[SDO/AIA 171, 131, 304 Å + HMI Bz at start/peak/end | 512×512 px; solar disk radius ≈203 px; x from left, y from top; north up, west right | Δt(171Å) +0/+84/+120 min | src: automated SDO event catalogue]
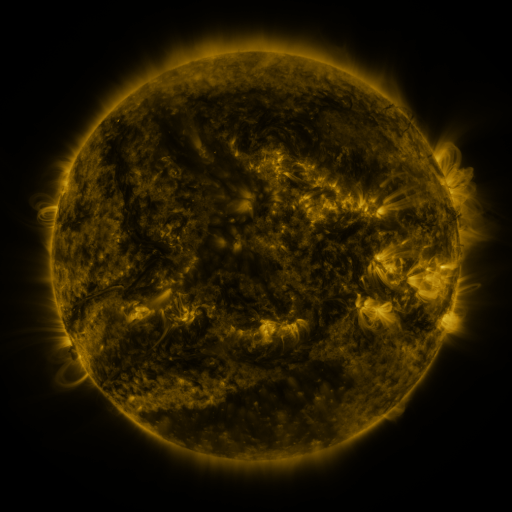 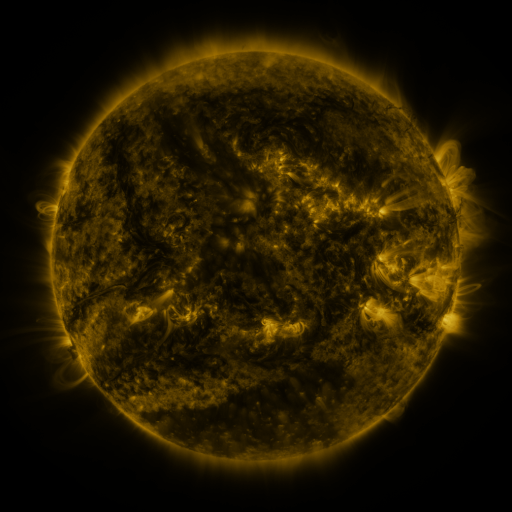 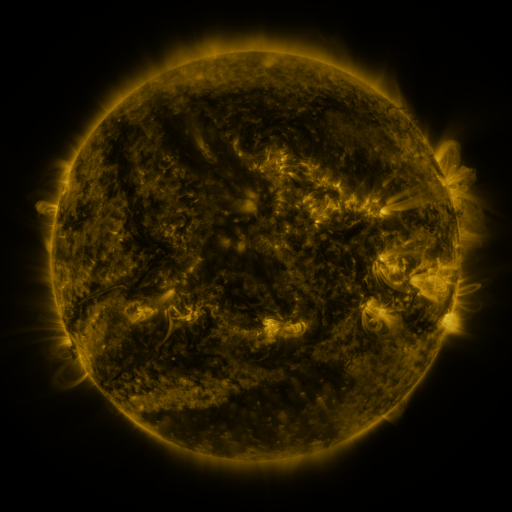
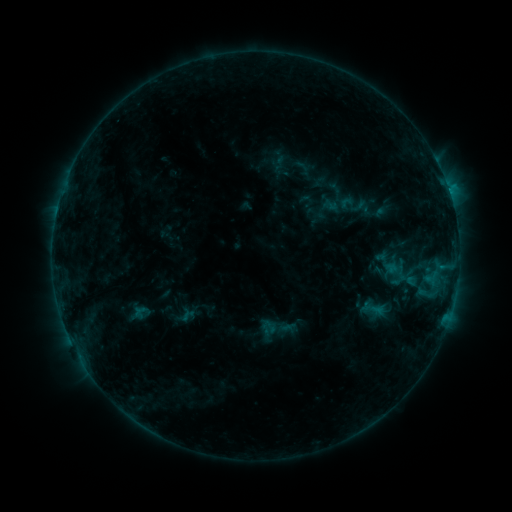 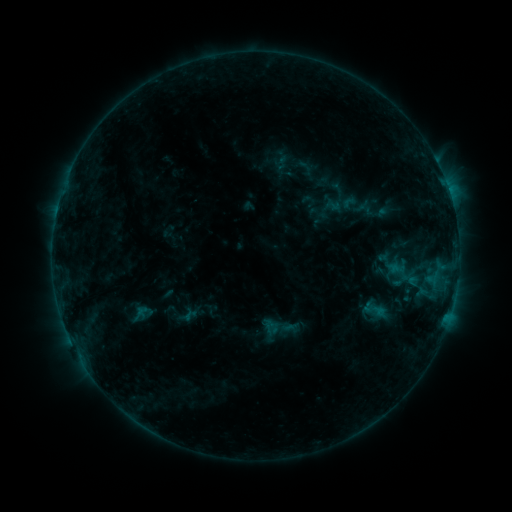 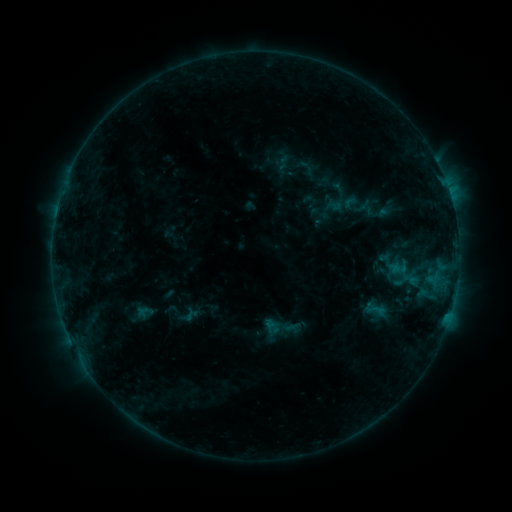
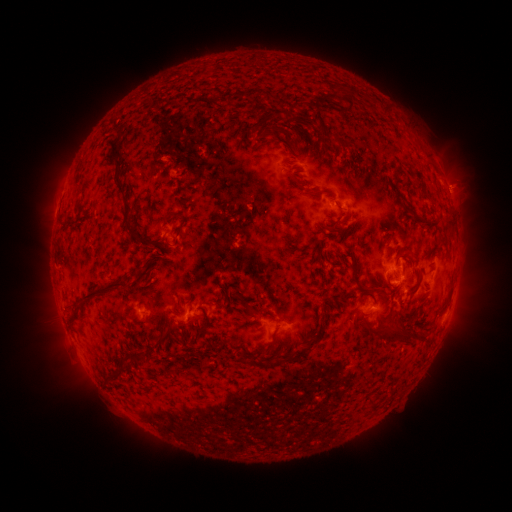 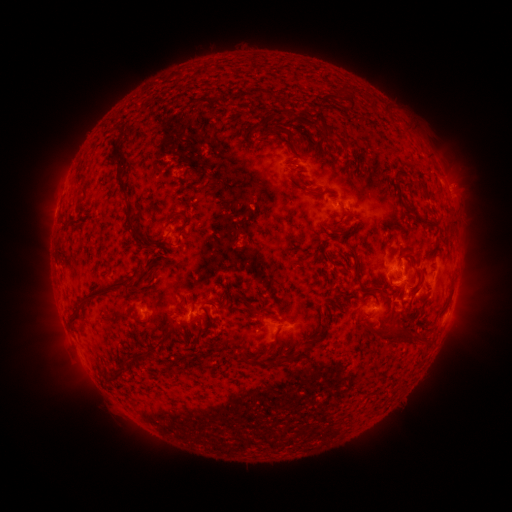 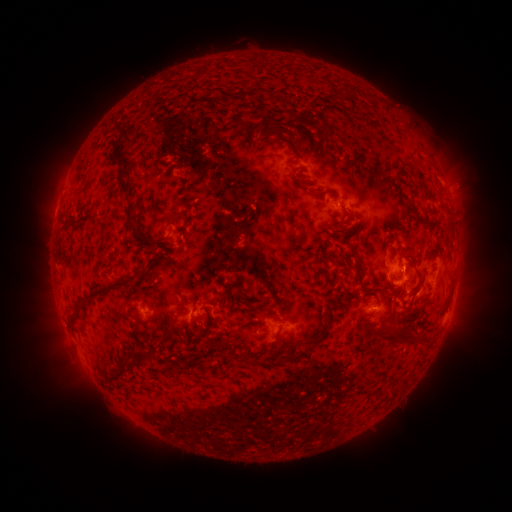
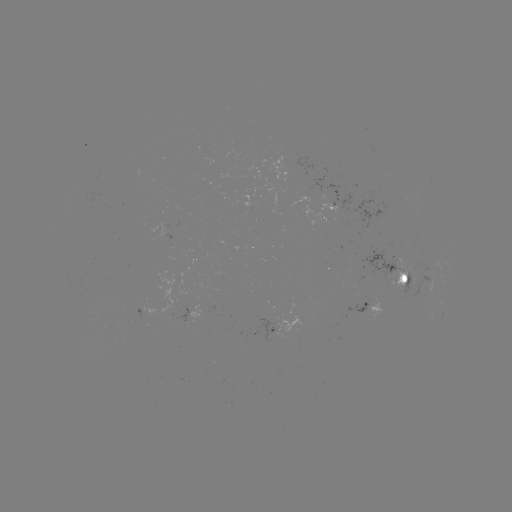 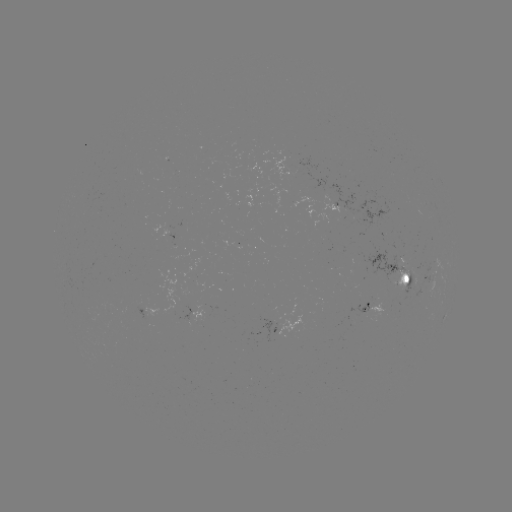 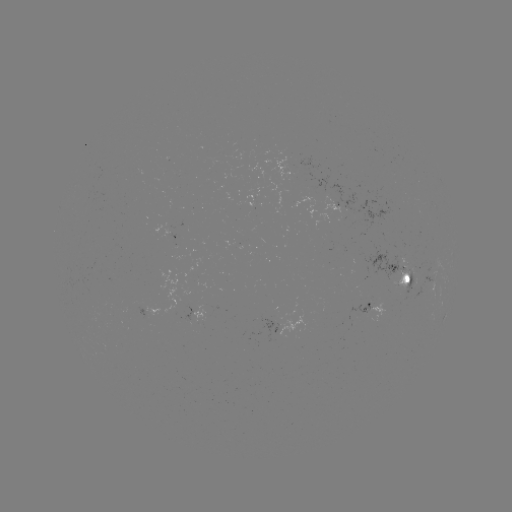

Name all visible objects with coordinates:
emerging-flux region: (327, 239)
